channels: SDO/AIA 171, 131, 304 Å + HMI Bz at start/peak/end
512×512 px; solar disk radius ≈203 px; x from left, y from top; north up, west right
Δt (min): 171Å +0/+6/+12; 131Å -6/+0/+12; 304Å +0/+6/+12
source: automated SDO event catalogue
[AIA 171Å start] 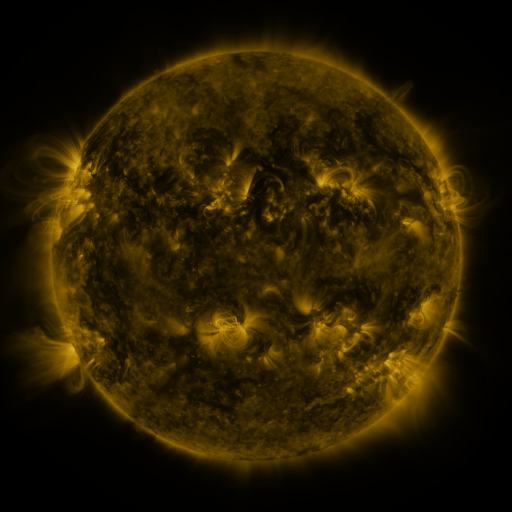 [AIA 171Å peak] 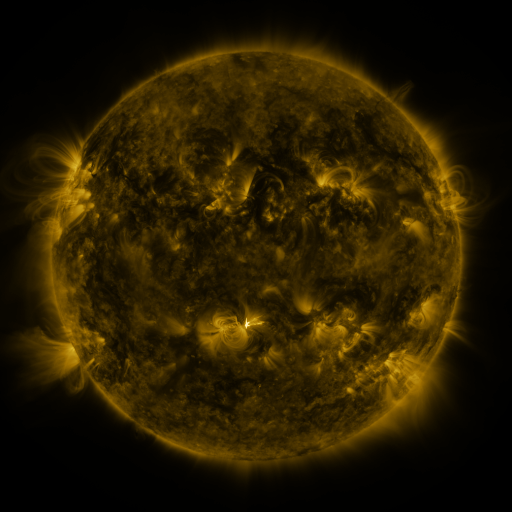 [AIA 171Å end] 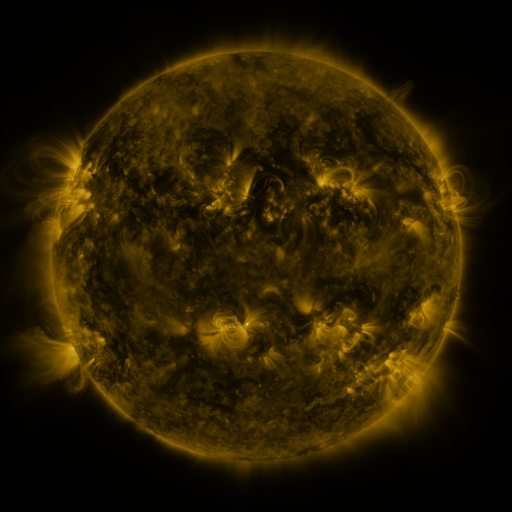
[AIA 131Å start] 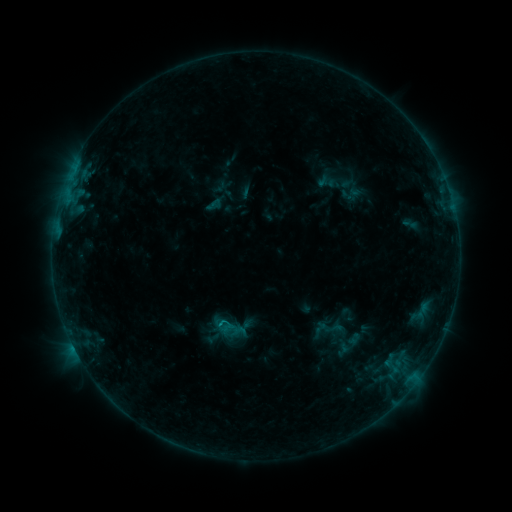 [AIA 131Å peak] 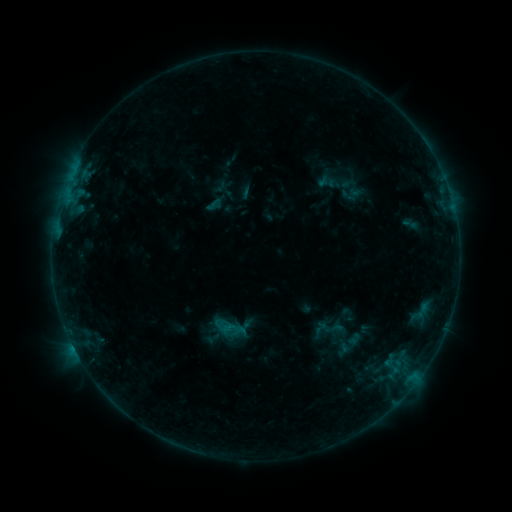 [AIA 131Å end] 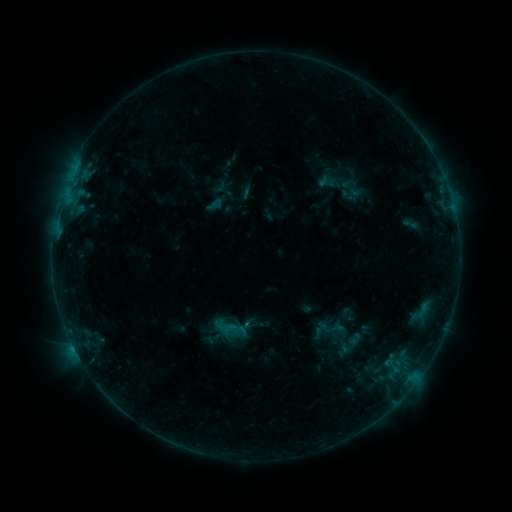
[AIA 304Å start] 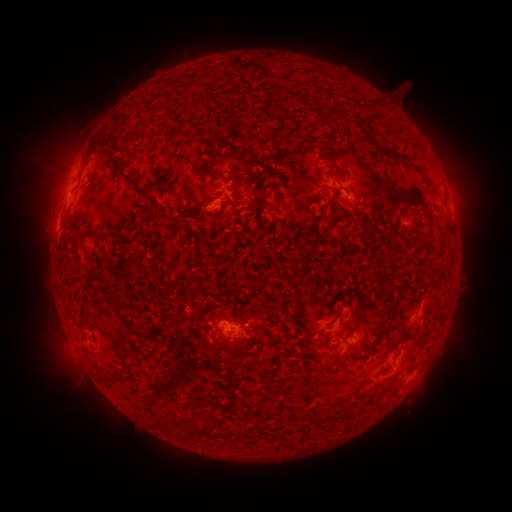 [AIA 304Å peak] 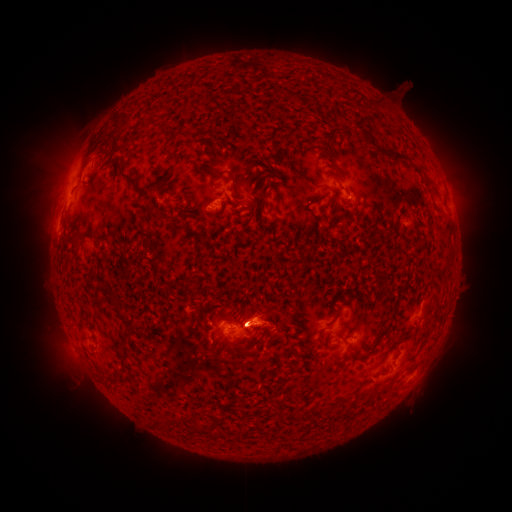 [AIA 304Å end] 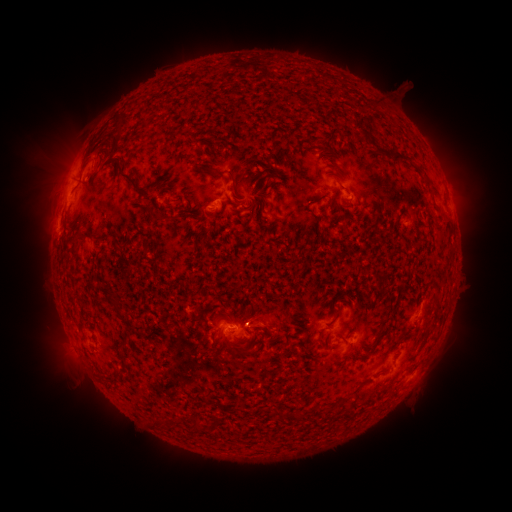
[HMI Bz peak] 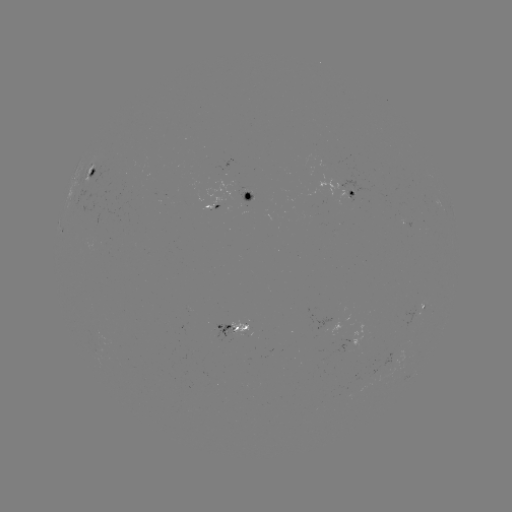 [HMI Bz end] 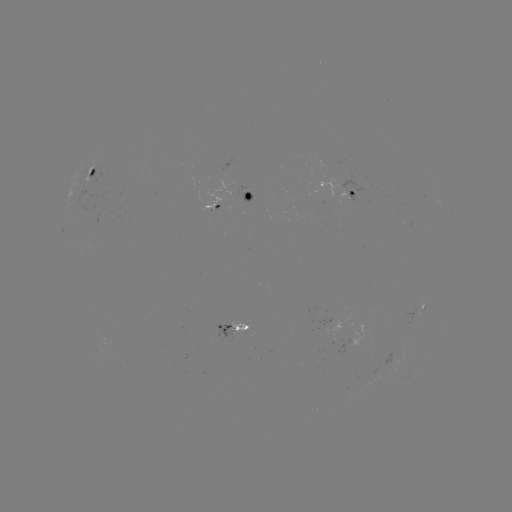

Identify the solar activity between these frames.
eruption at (266, 319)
